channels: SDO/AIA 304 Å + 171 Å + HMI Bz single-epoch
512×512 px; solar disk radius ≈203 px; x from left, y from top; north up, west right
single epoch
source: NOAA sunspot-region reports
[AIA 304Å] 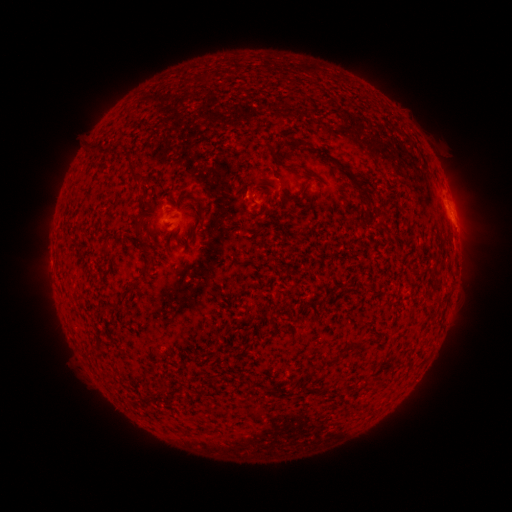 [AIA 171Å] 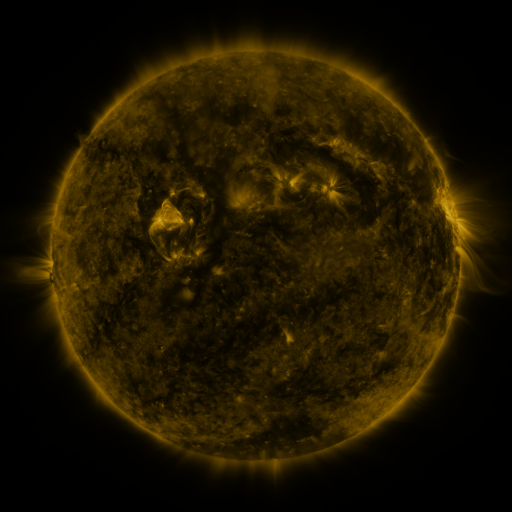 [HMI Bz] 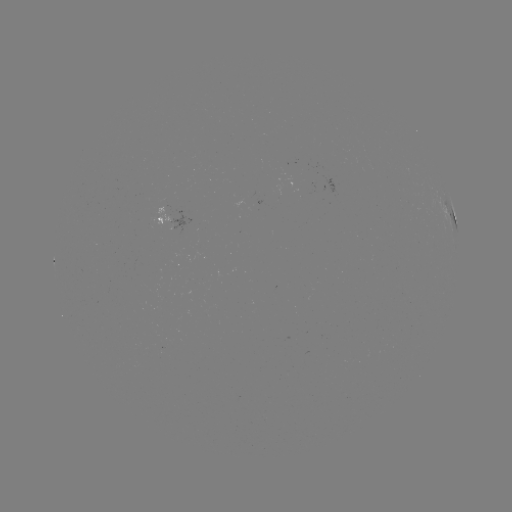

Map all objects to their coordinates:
spotted active region: (163, 218)
spotted active region: (453, 218)
